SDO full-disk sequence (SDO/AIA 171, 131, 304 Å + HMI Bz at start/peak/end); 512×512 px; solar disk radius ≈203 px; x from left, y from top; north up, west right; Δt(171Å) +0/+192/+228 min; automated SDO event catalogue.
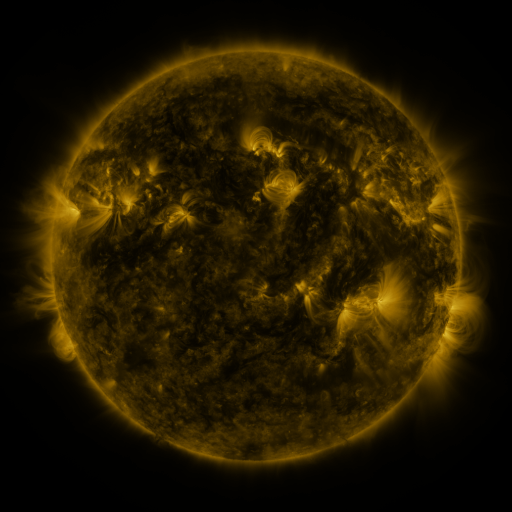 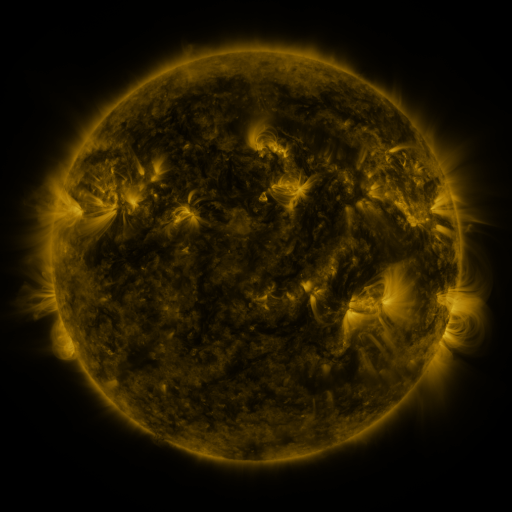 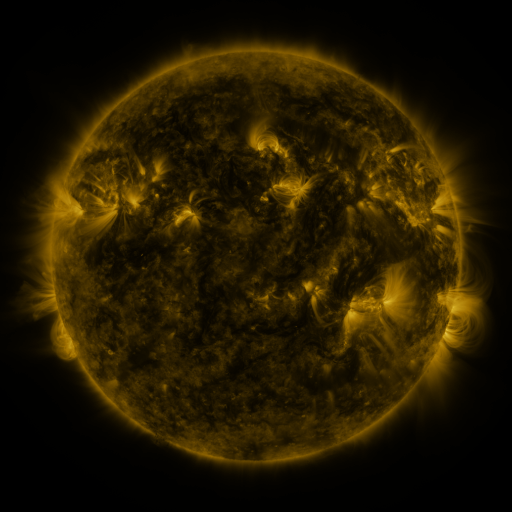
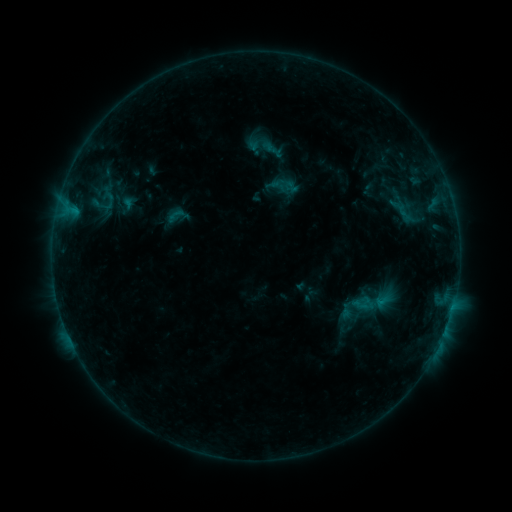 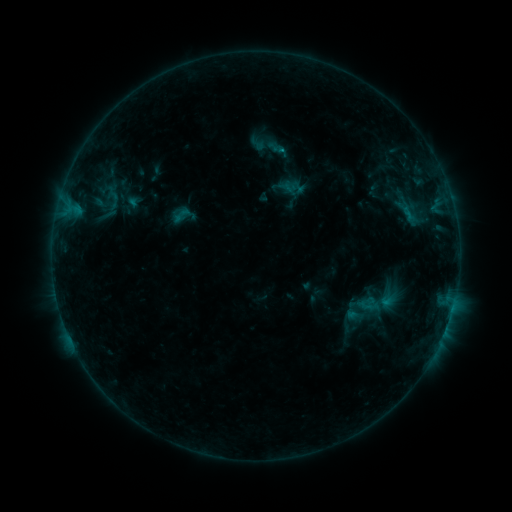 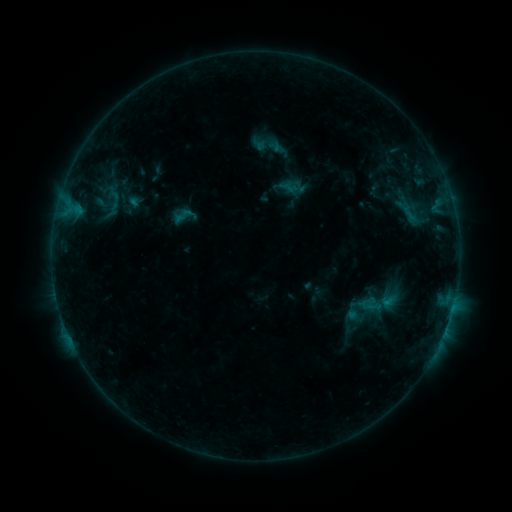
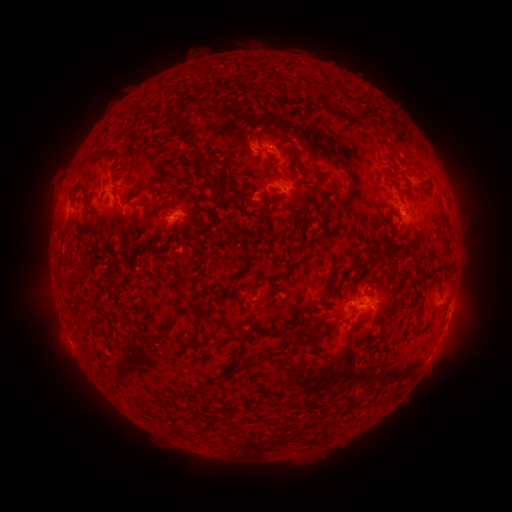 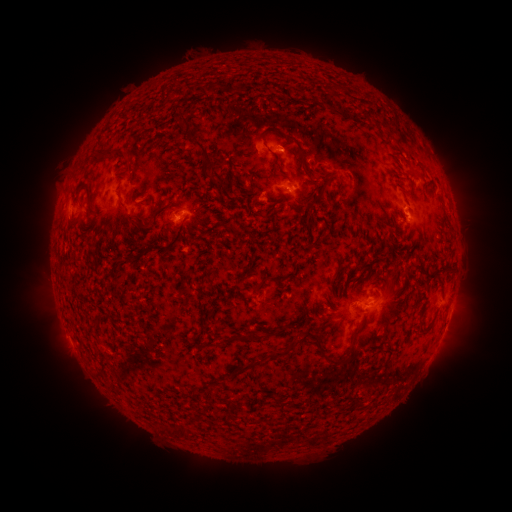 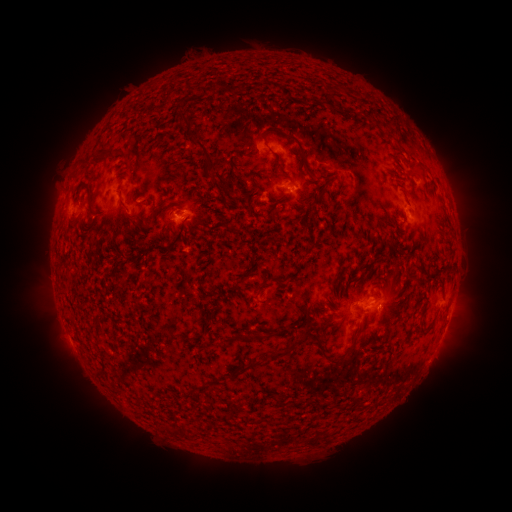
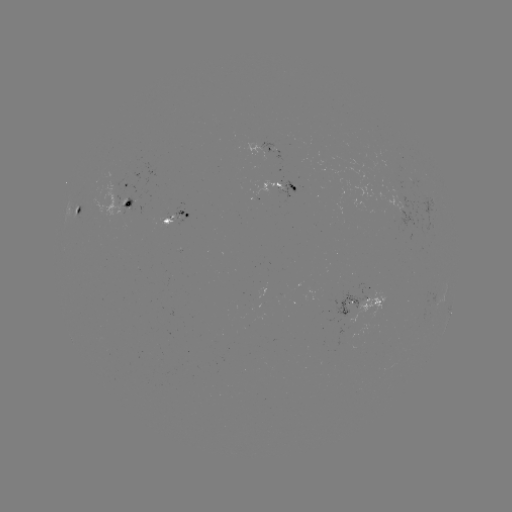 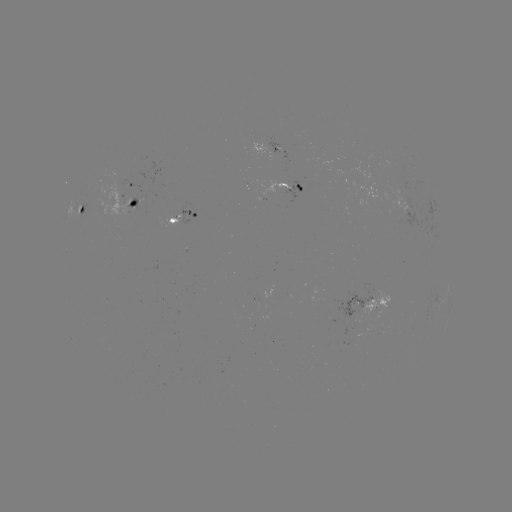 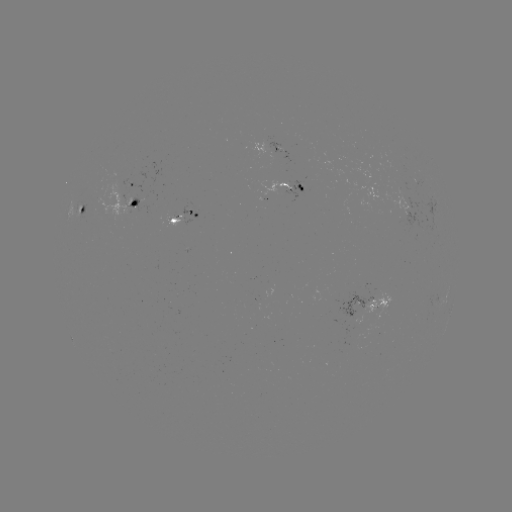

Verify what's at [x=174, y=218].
emerging-flux region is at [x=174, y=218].